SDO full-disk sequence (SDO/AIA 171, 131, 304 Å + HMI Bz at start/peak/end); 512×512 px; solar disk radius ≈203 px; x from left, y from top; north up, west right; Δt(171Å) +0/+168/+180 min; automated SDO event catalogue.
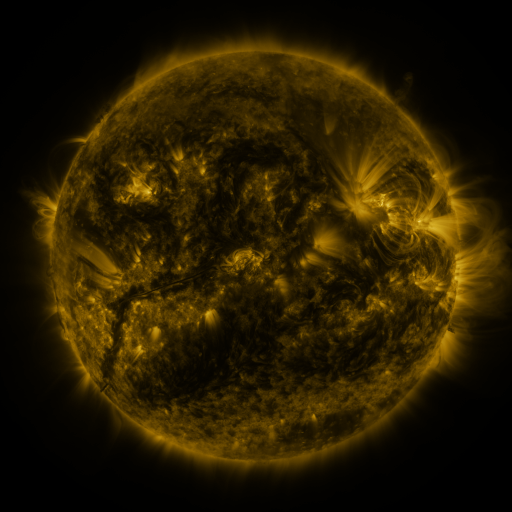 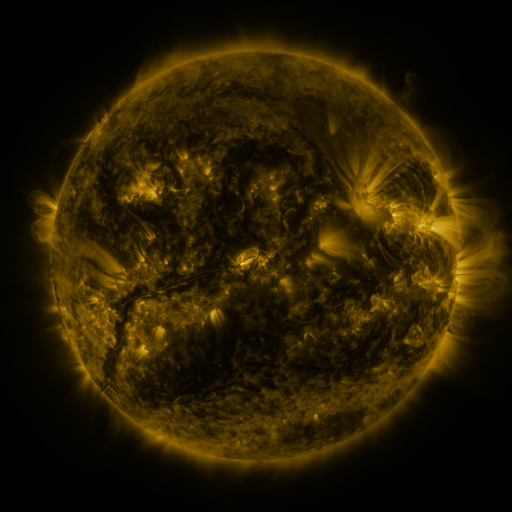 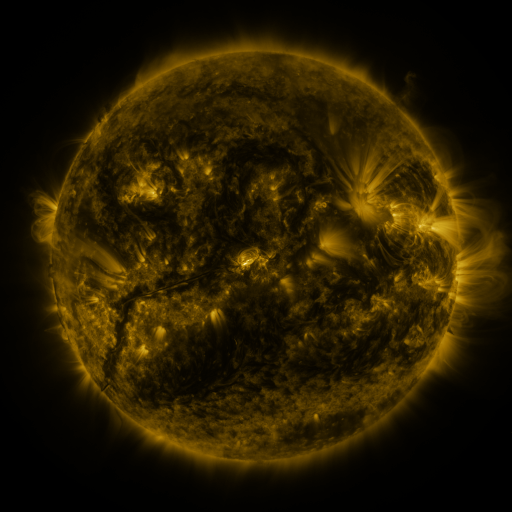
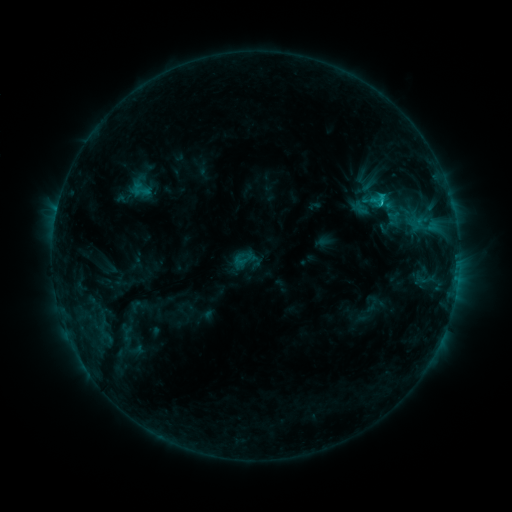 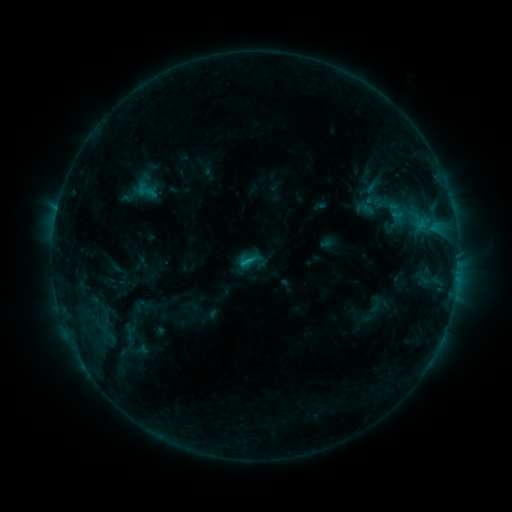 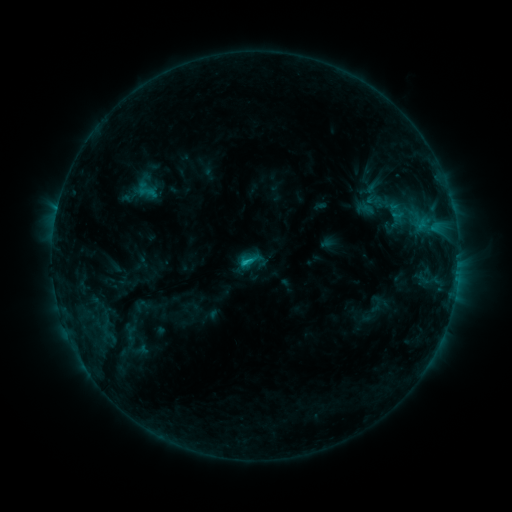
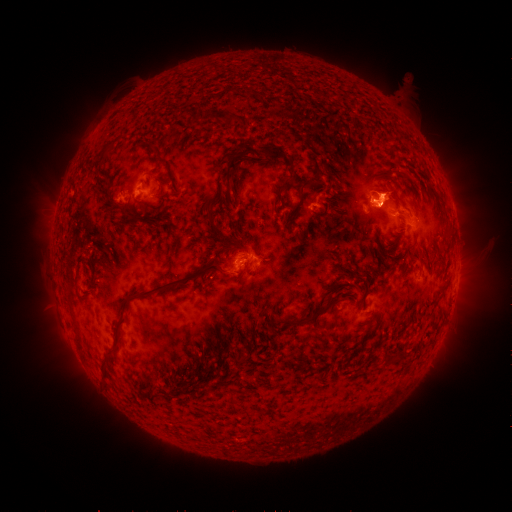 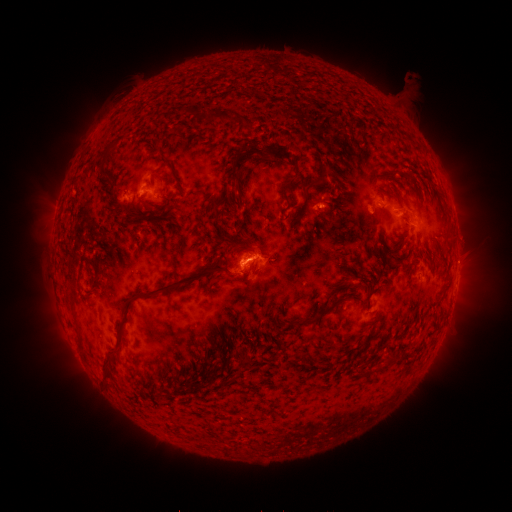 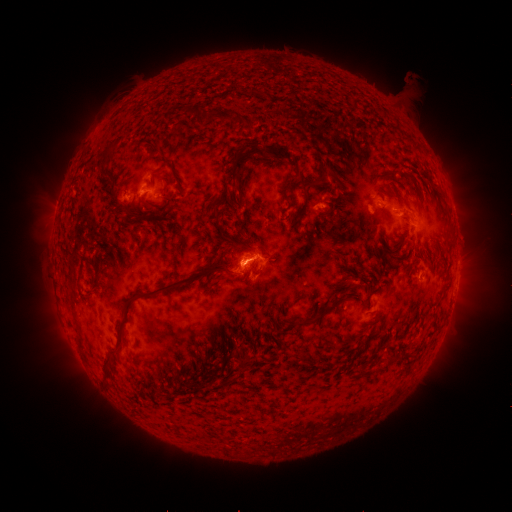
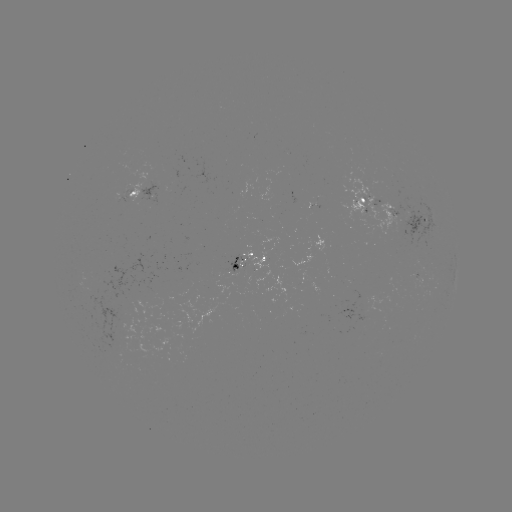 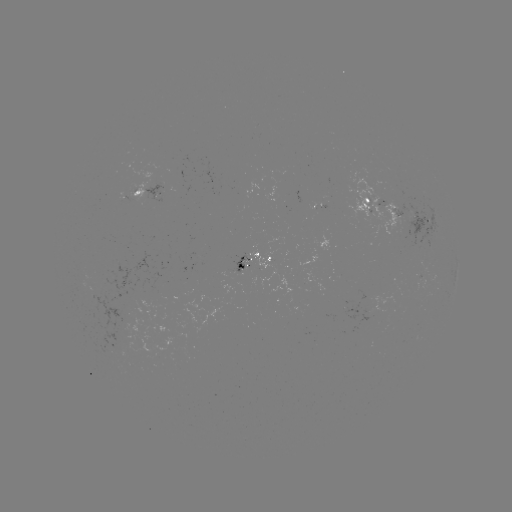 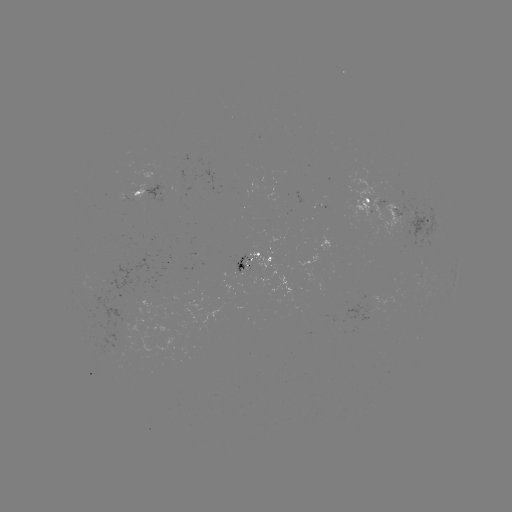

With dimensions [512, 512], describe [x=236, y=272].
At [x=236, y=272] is emerging-flux region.